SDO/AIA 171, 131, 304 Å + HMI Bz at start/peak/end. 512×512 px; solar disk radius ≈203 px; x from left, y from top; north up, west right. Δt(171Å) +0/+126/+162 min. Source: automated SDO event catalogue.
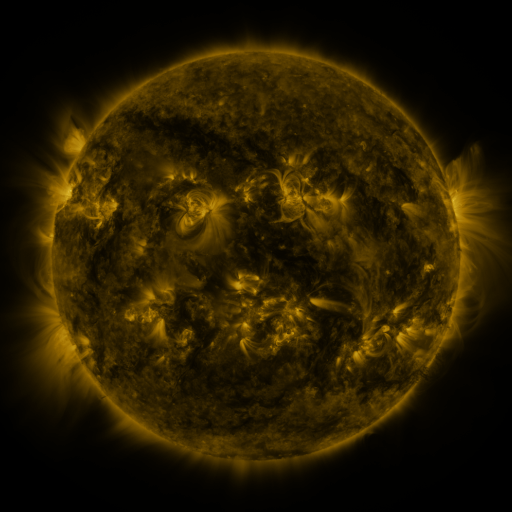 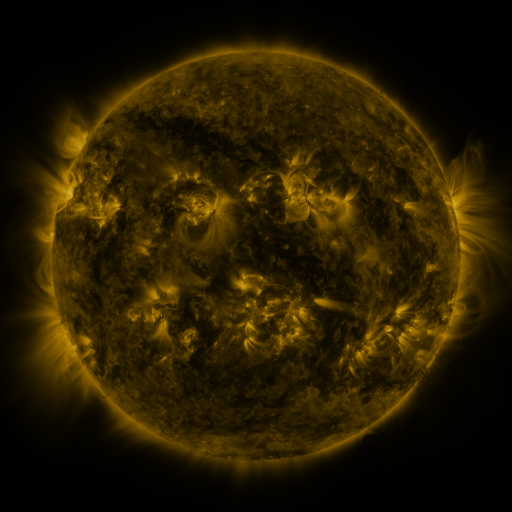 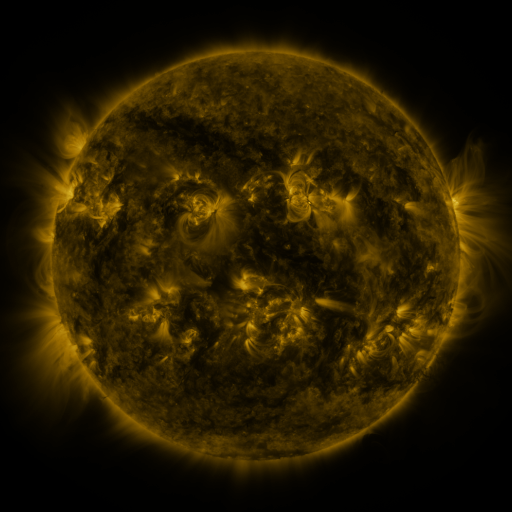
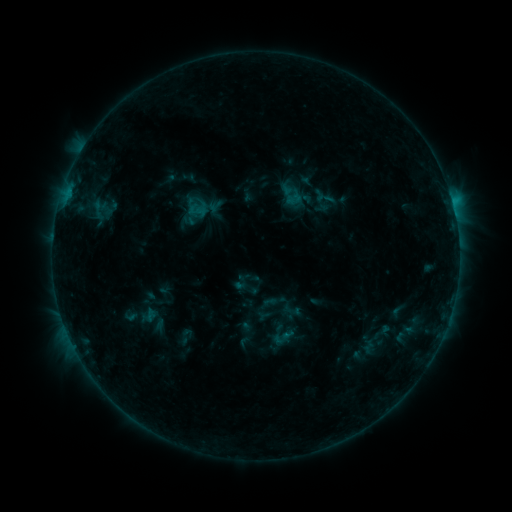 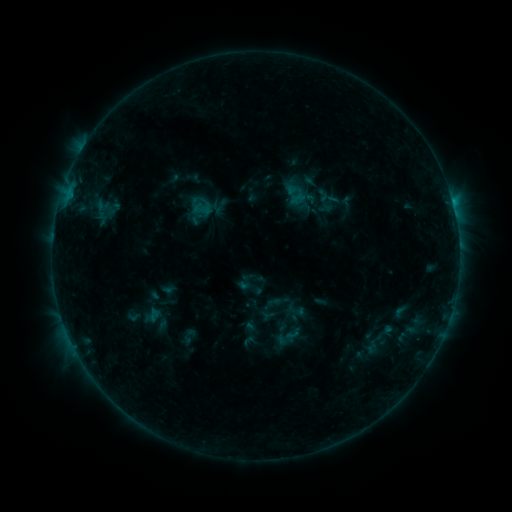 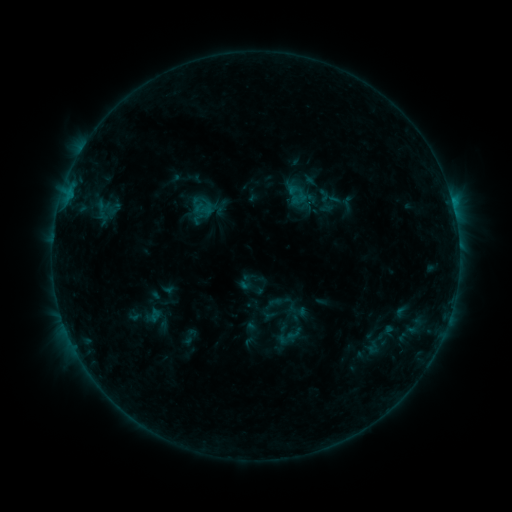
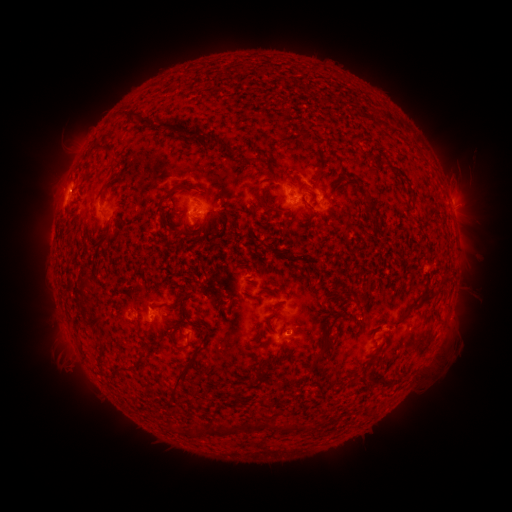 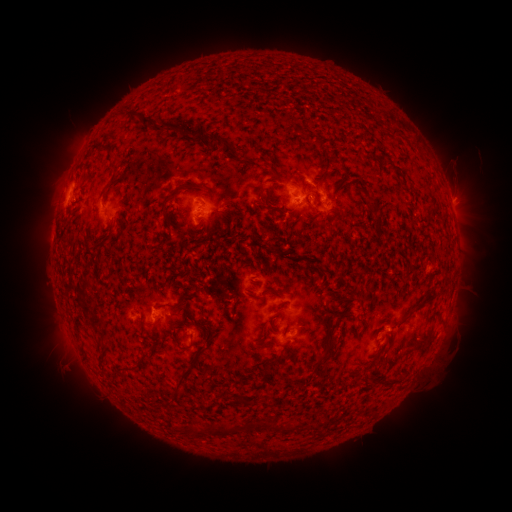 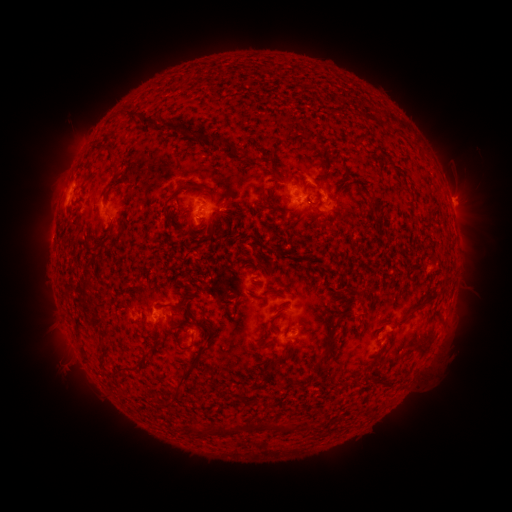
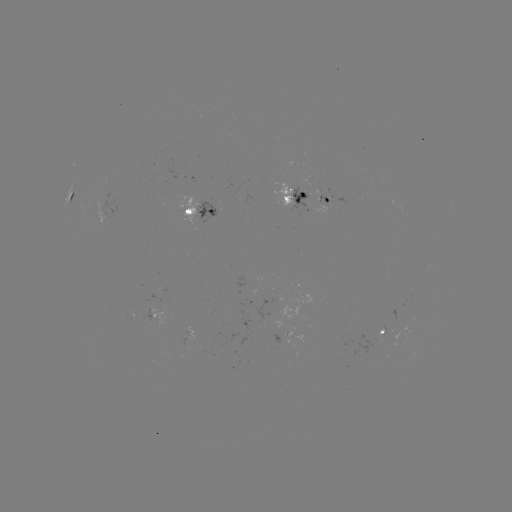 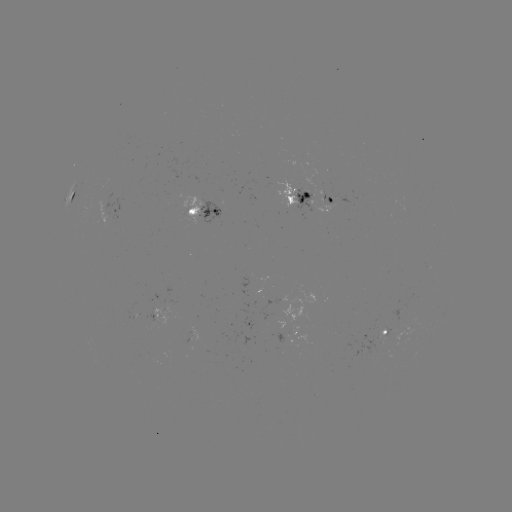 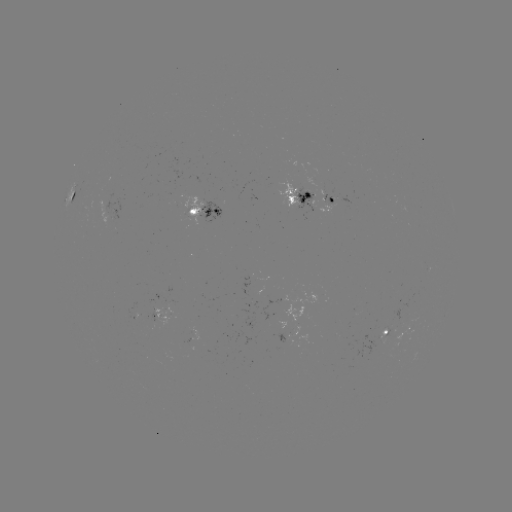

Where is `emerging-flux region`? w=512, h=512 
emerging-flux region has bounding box [292, 187, 316, 212].